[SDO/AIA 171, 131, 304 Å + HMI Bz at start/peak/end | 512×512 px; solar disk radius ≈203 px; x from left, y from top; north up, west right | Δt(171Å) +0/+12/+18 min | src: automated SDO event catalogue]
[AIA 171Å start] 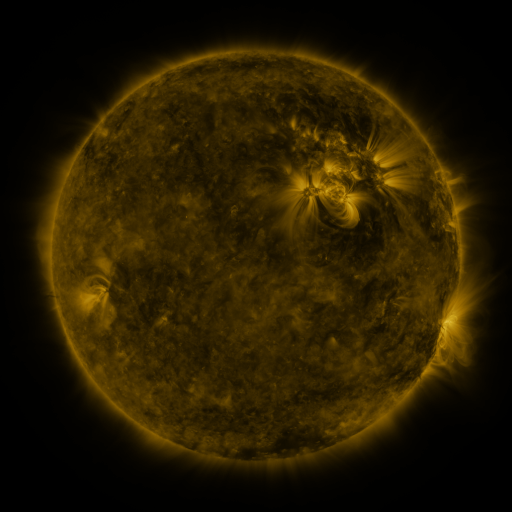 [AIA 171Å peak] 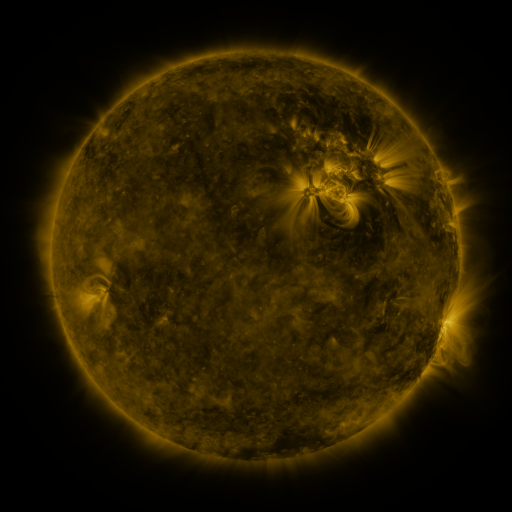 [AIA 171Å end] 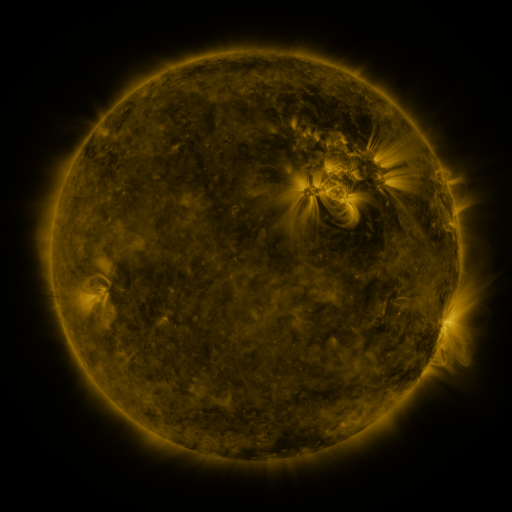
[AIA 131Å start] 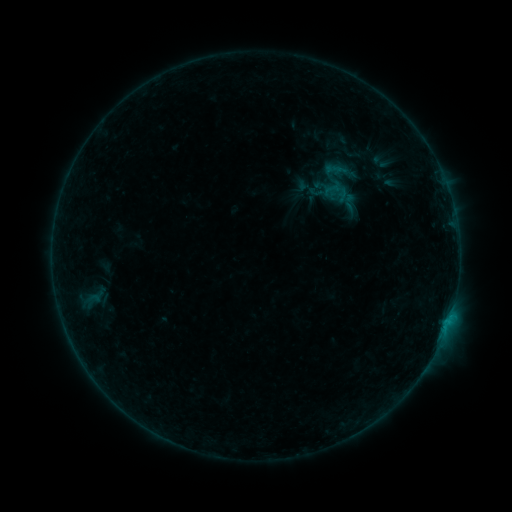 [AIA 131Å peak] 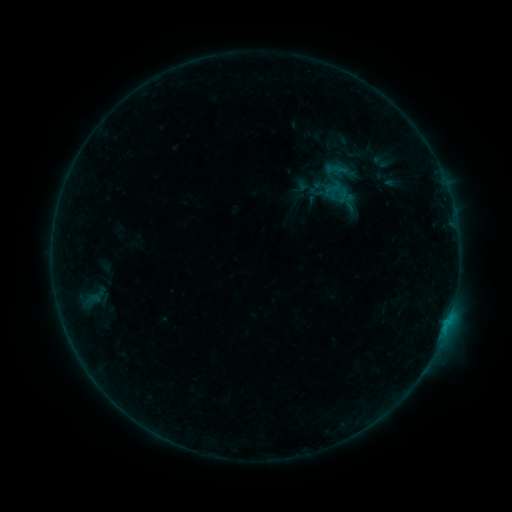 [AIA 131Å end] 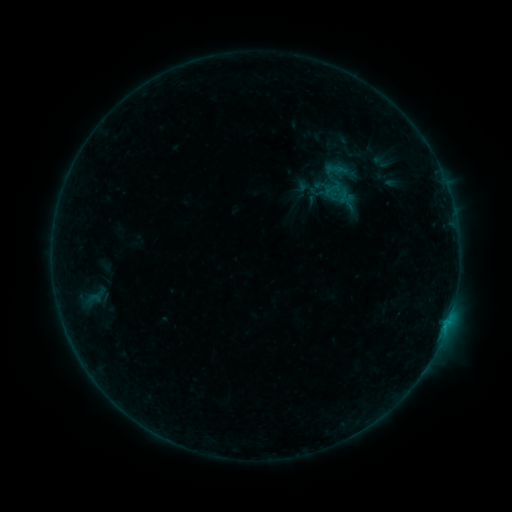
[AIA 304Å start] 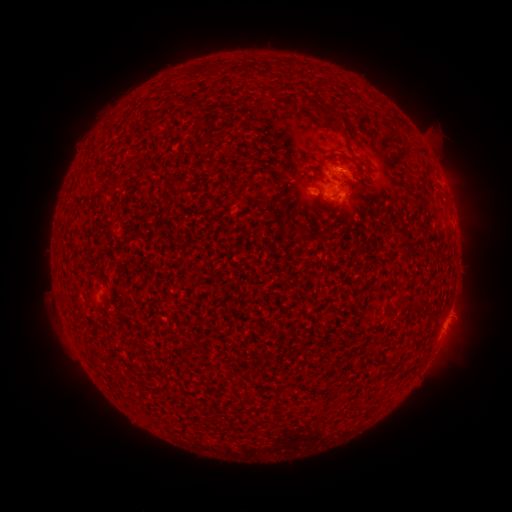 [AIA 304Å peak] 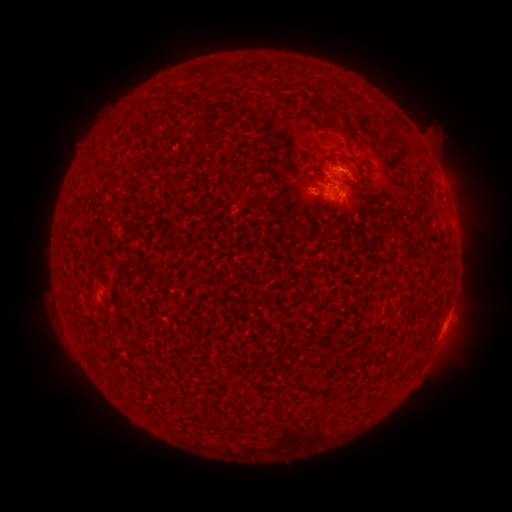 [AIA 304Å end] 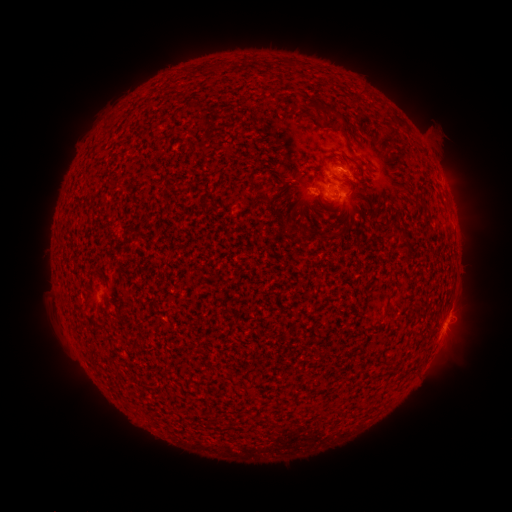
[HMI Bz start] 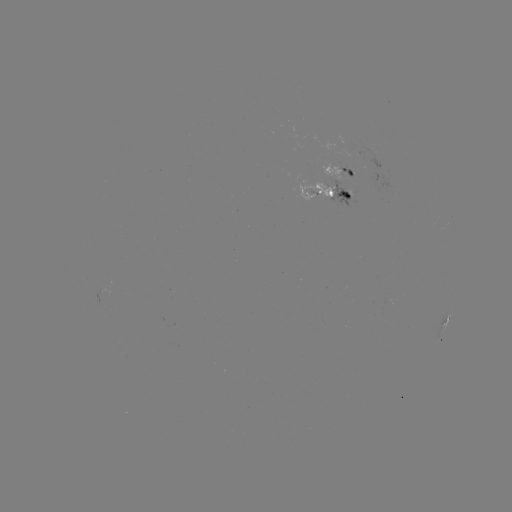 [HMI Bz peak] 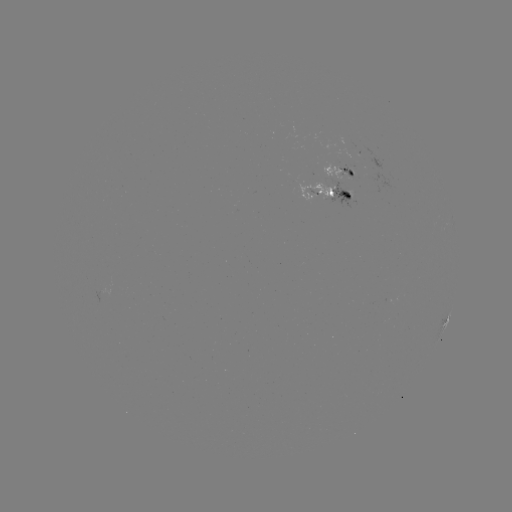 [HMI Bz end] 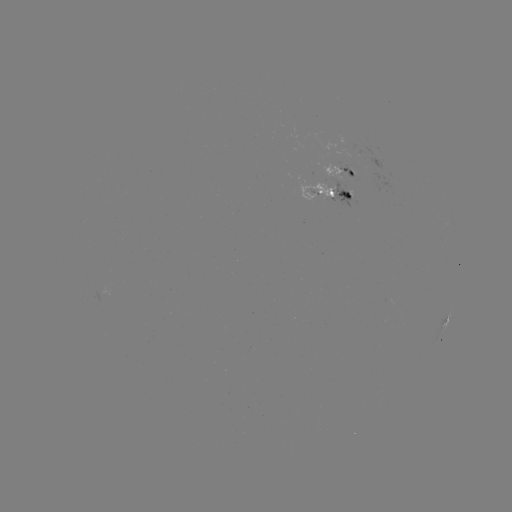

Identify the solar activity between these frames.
no flare in any classed list; no EUV-trigger detection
